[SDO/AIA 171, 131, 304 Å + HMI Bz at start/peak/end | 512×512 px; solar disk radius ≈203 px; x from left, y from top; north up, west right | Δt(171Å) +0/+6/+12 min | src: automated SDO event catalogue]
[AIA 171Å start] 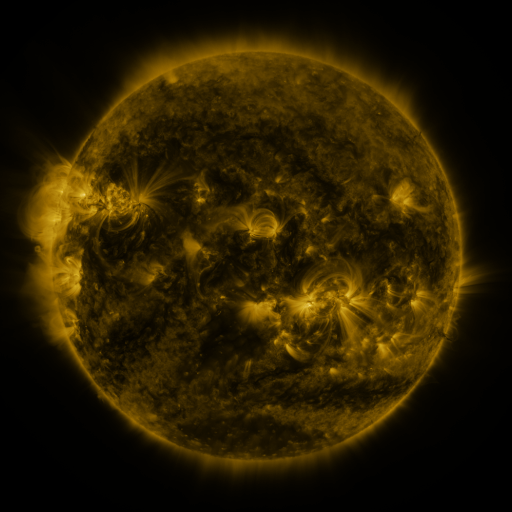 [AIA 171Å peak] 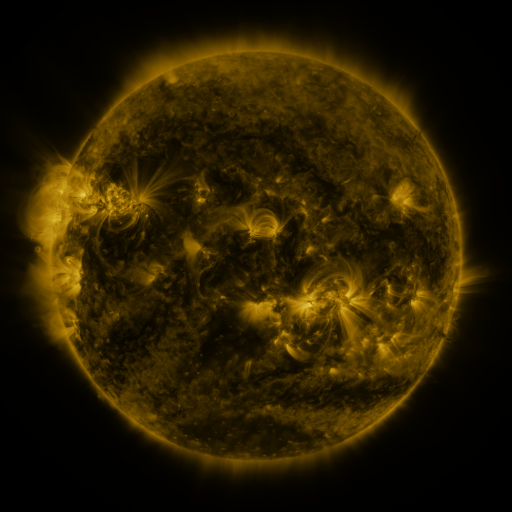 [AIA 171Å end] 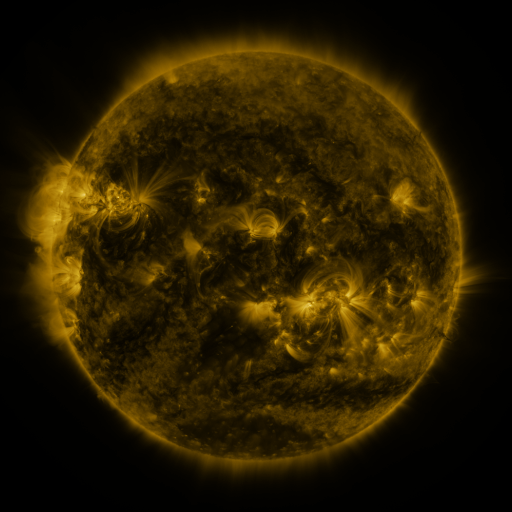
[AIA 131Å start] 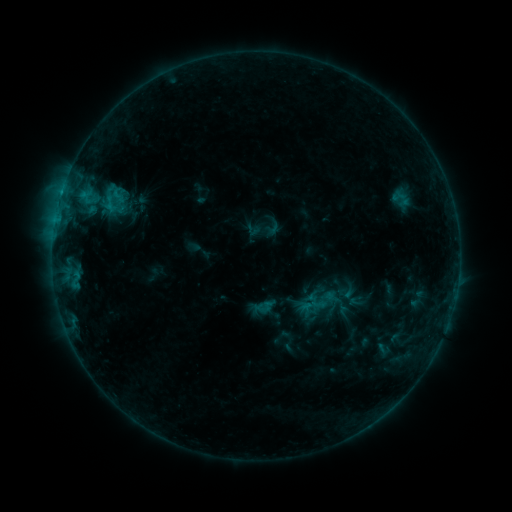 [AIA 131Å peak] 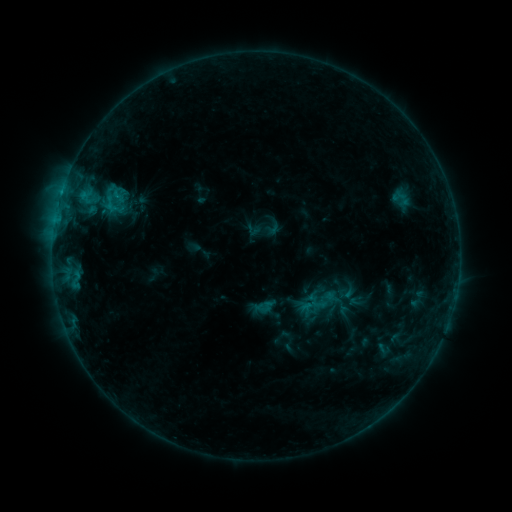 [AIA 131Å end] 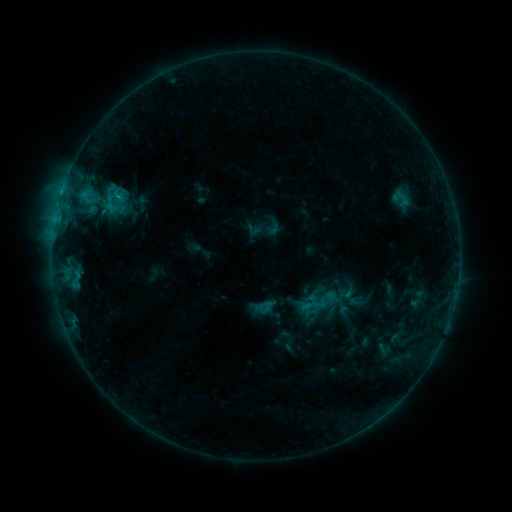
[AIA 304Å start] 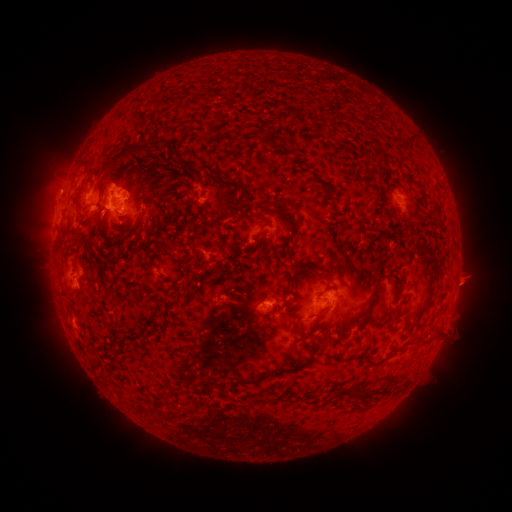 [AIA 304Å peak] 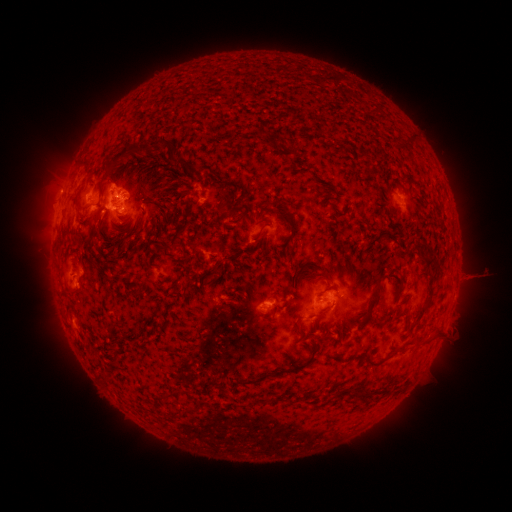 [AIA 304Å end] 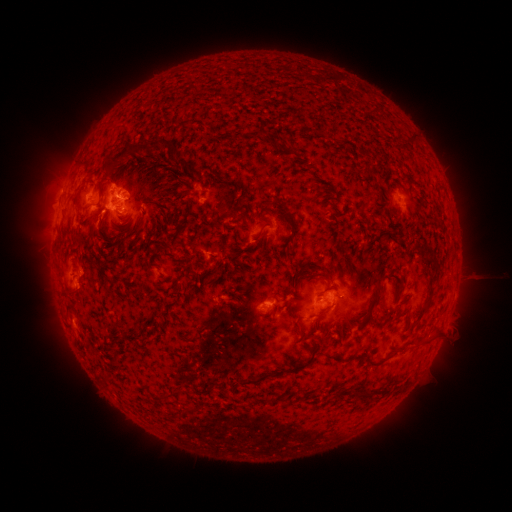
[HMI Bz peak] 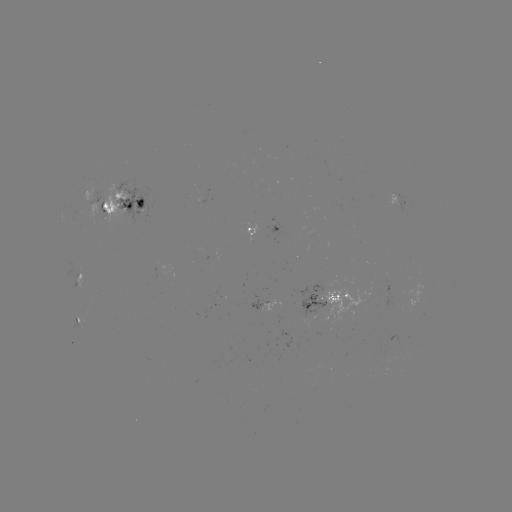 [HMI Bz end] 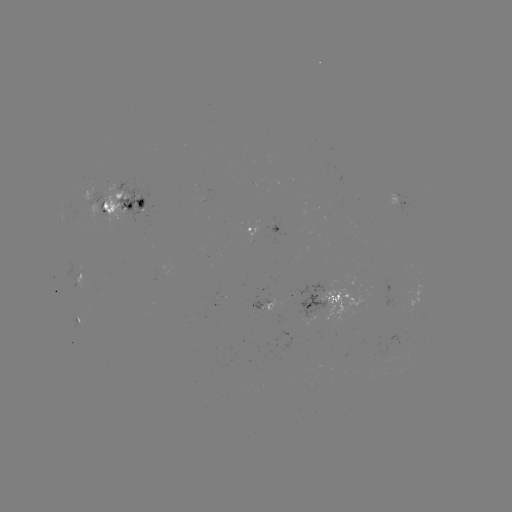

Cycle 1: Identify eruption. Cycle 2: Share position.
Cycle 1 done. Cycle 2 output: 471,276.